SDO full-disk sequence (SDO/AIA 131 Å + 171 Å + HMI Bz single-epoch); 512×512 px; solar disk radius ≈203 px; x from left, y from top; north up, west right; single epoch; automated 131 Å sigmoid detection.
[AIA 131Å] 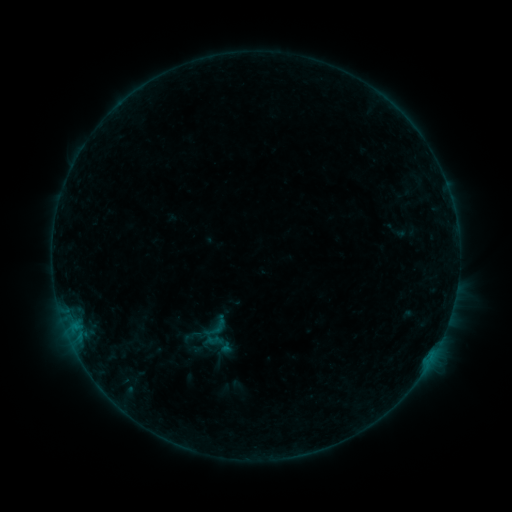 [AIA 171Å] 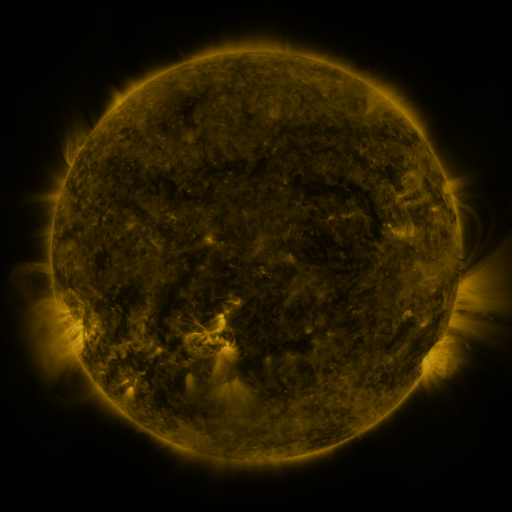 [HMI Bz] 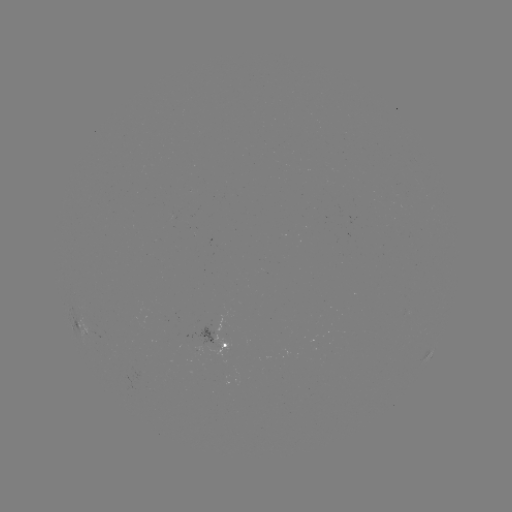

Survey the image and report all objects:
sigmoid: (199, 312, 232, 342)
